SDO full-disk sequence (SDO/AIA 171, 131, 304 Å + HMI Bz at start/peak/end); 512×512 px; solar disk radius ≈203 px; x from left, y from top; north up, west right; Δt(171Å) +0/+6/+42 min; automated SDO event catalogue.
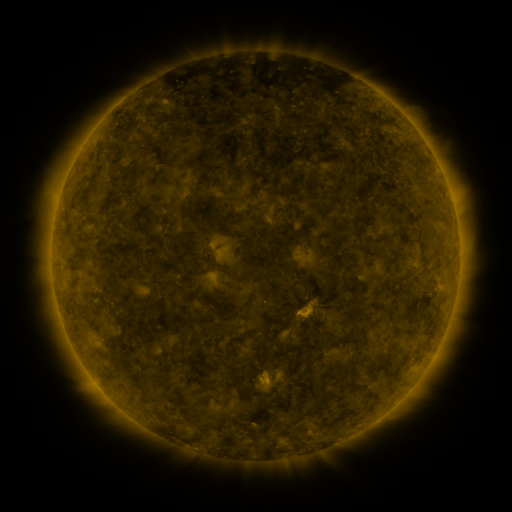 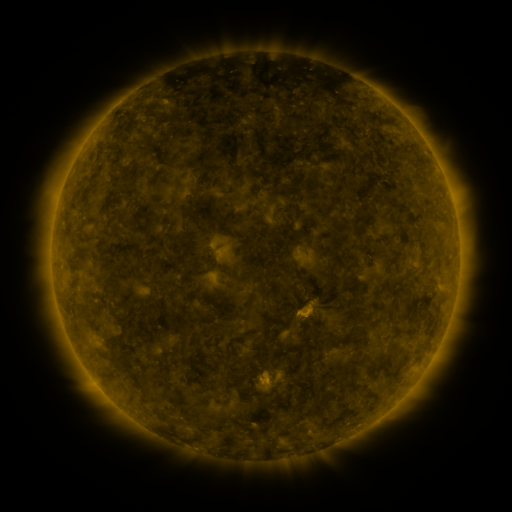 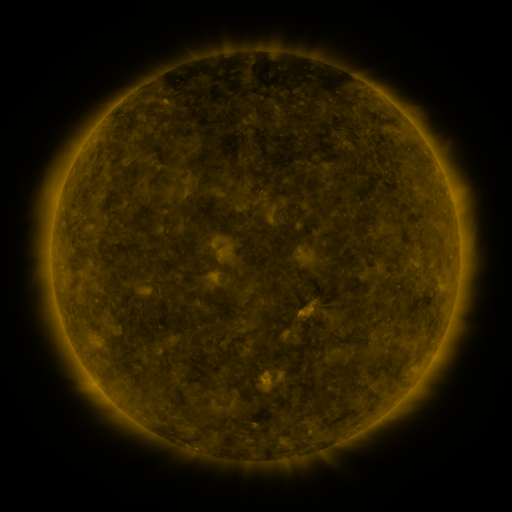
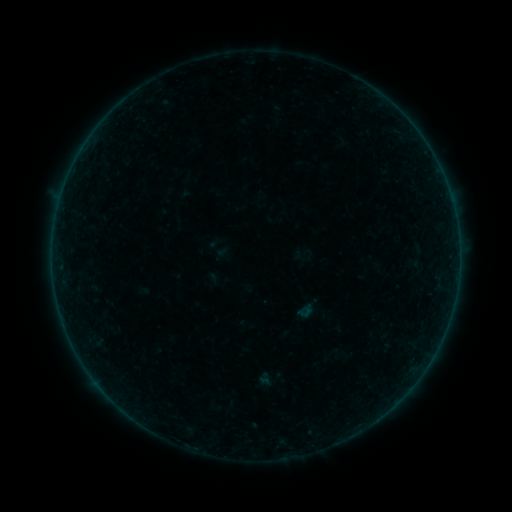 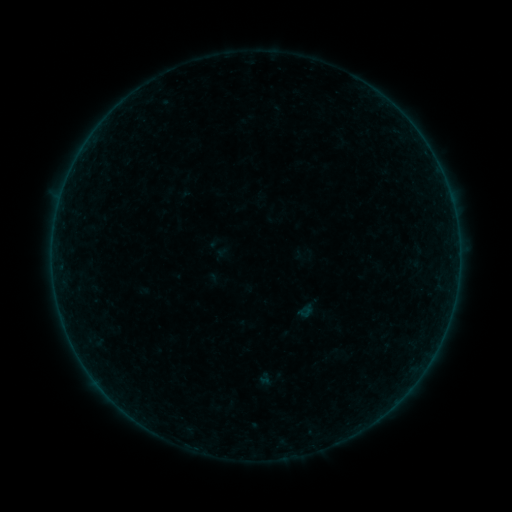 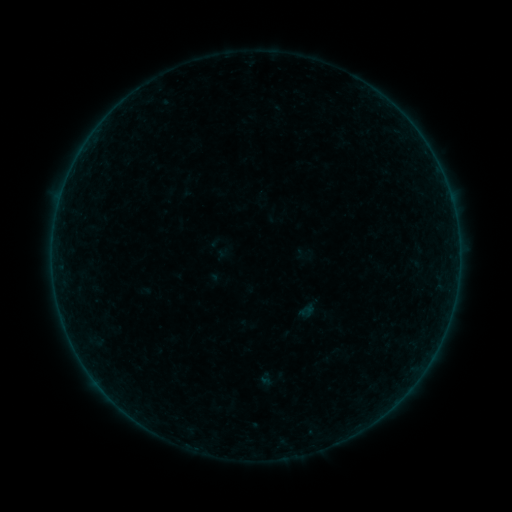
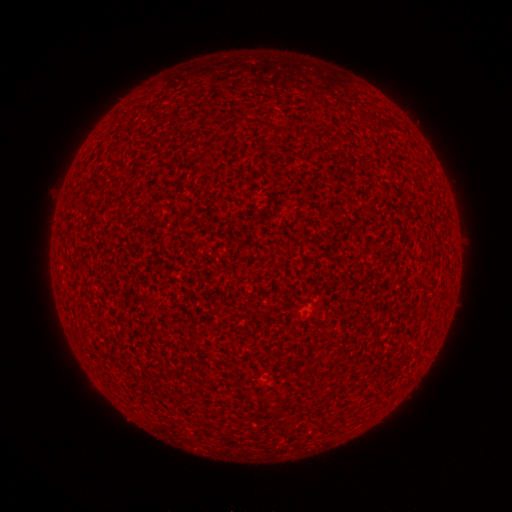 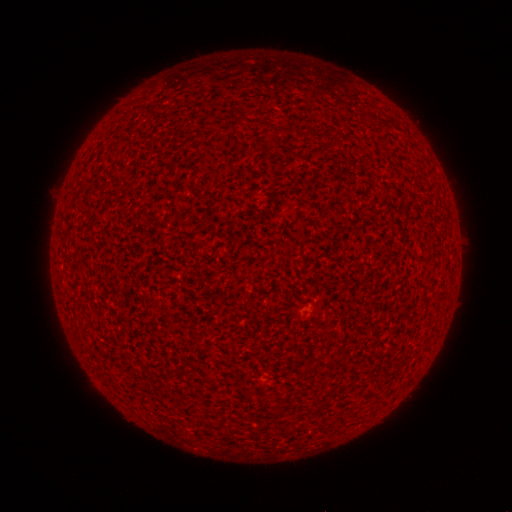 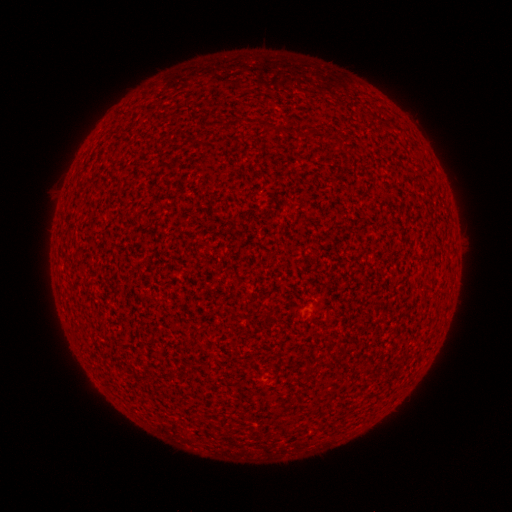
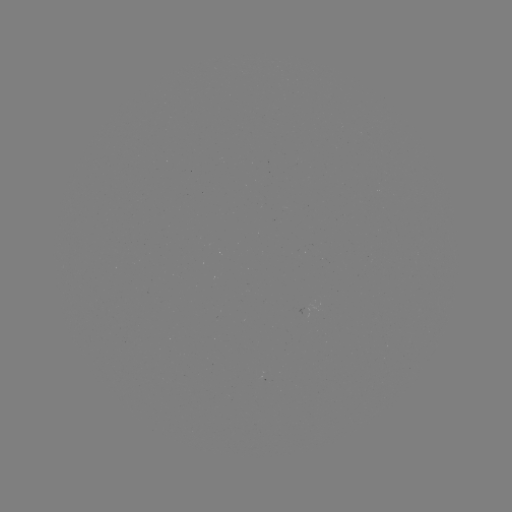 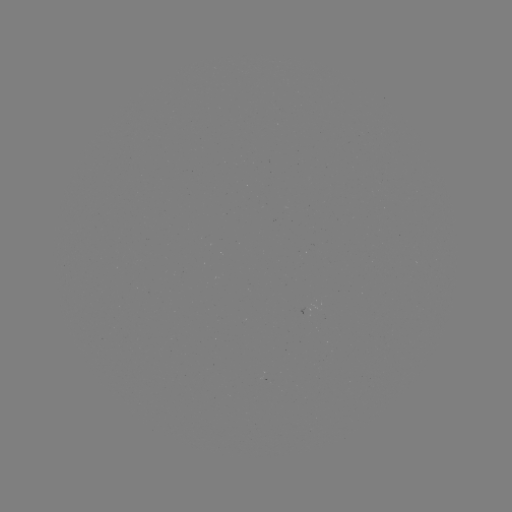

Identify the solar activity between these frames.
A7.1 flare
